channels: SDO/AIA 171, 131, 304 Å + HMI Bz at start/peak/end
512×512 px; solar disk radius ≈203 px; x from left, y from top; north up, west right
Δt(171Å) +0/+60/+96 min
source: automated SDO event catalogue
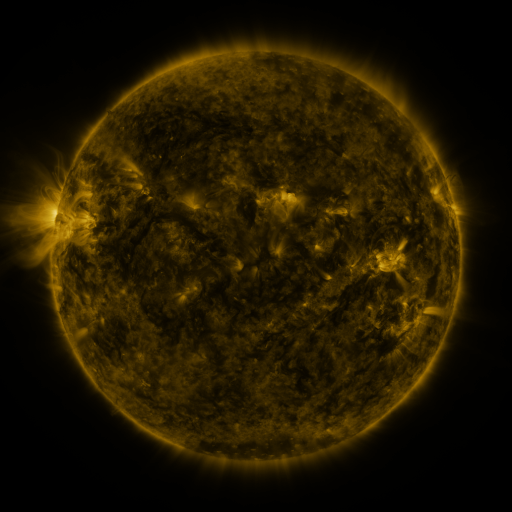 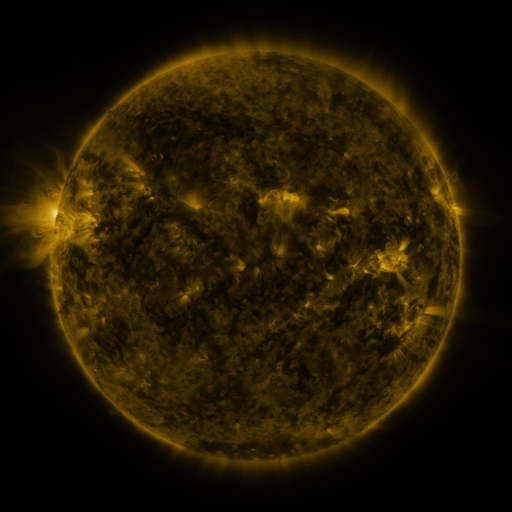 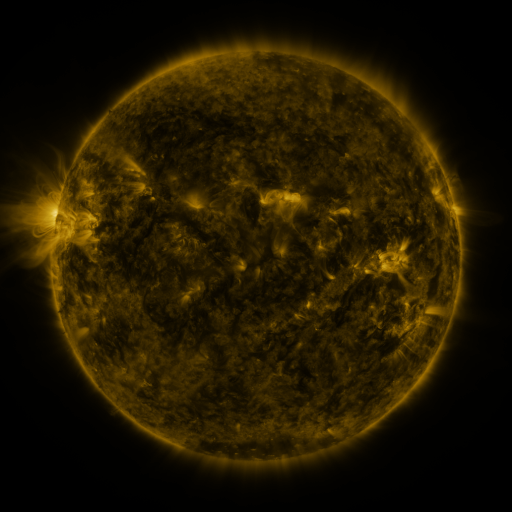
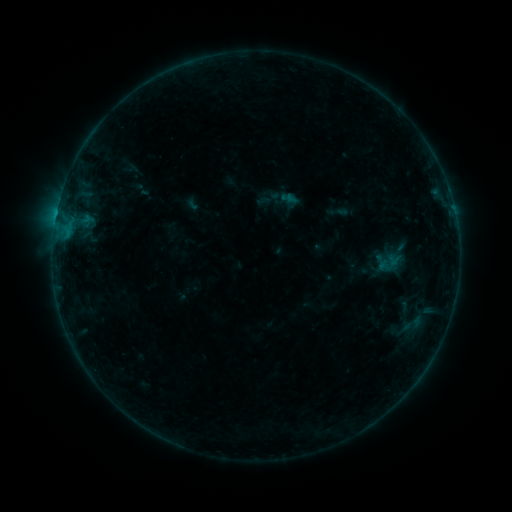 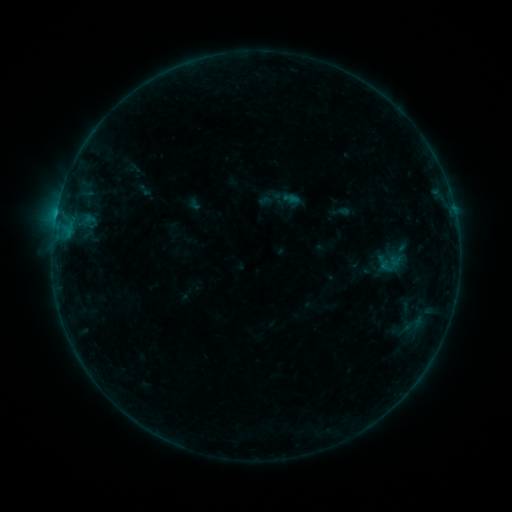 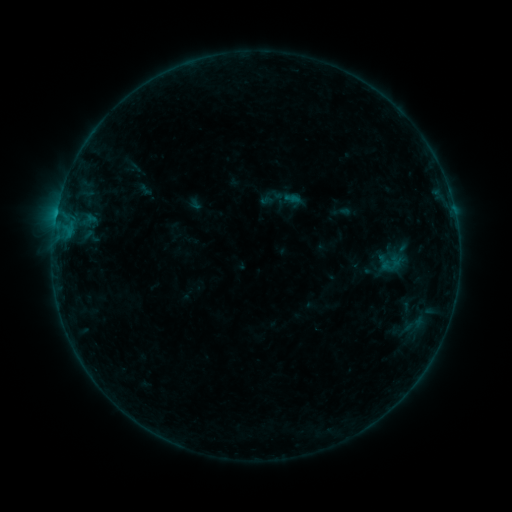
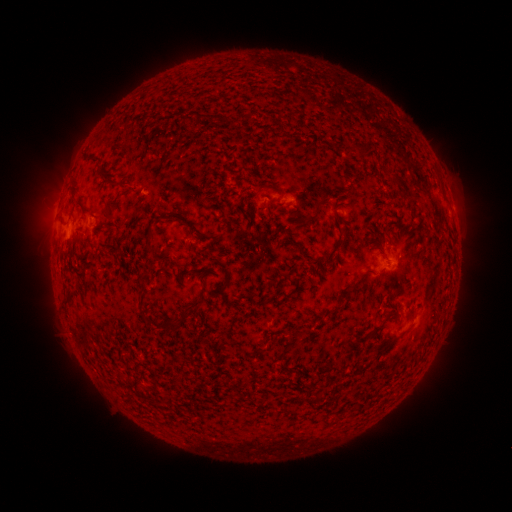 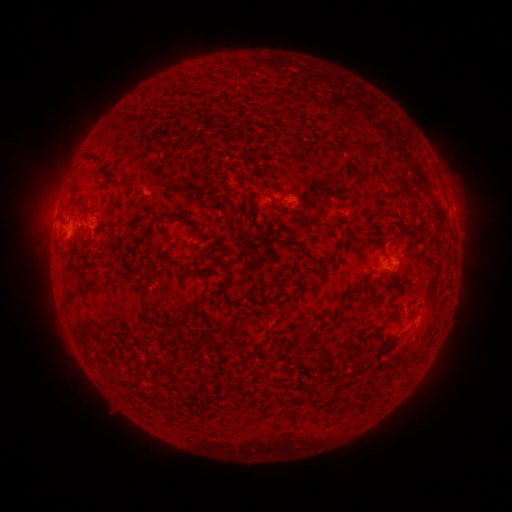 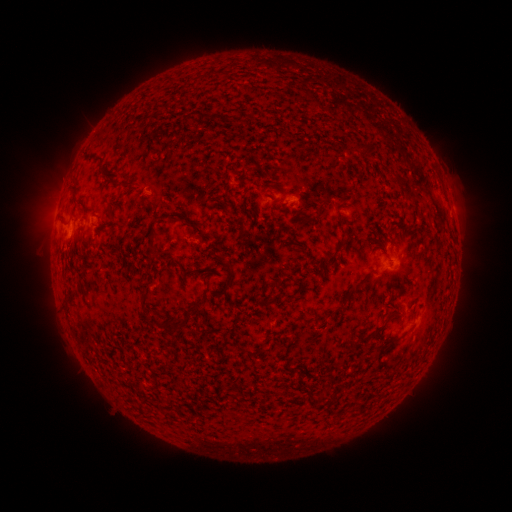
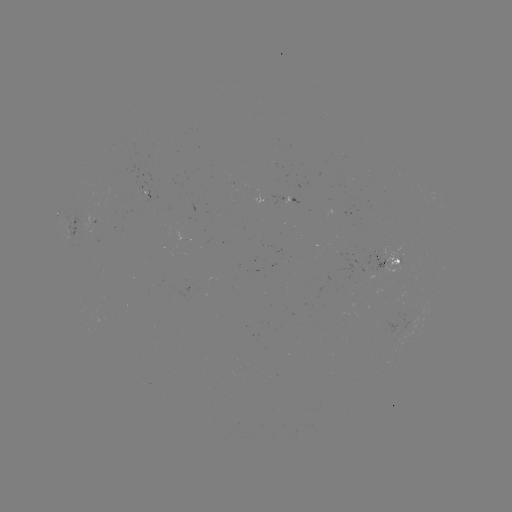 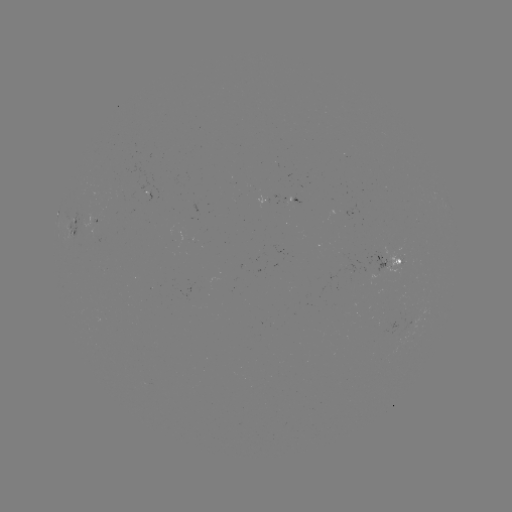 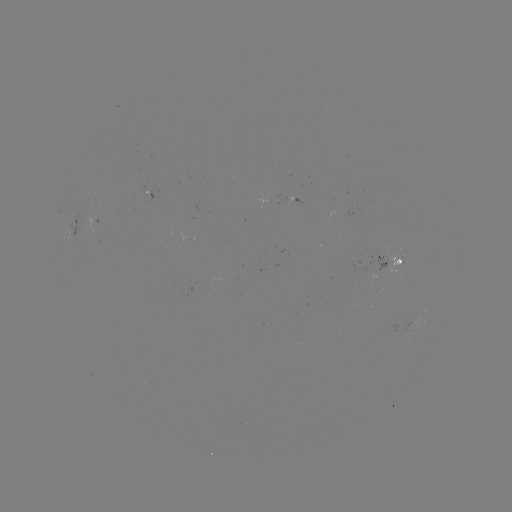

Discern emerging-flux region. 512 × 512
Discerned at (408, 325).